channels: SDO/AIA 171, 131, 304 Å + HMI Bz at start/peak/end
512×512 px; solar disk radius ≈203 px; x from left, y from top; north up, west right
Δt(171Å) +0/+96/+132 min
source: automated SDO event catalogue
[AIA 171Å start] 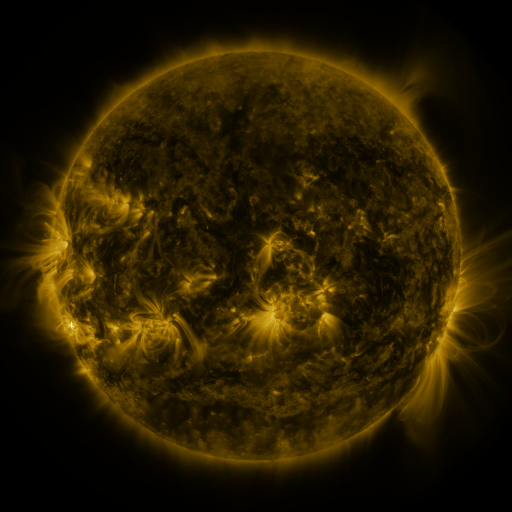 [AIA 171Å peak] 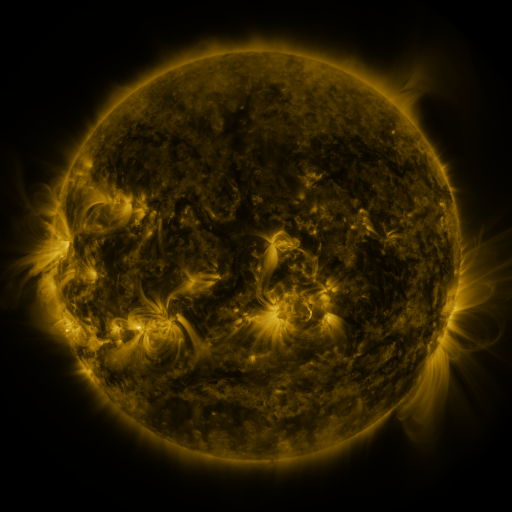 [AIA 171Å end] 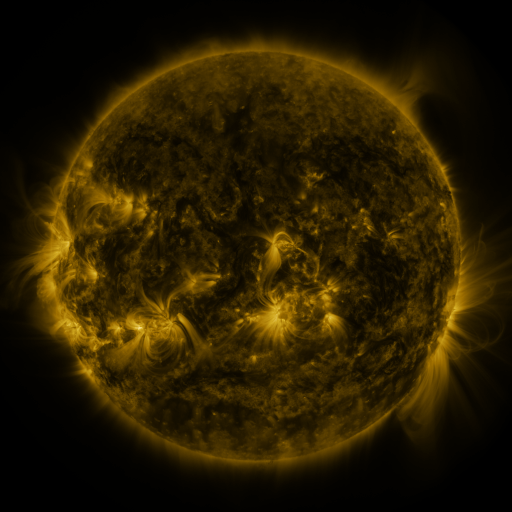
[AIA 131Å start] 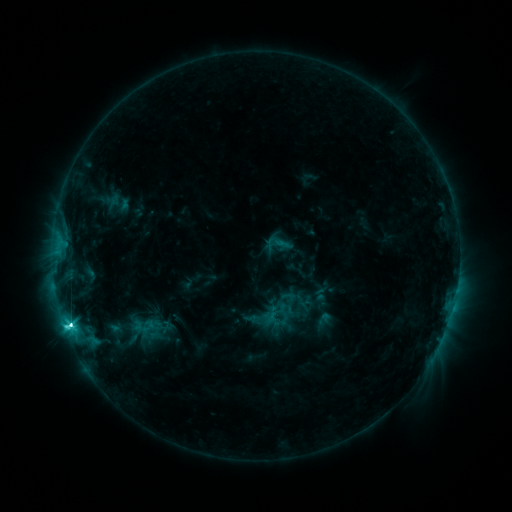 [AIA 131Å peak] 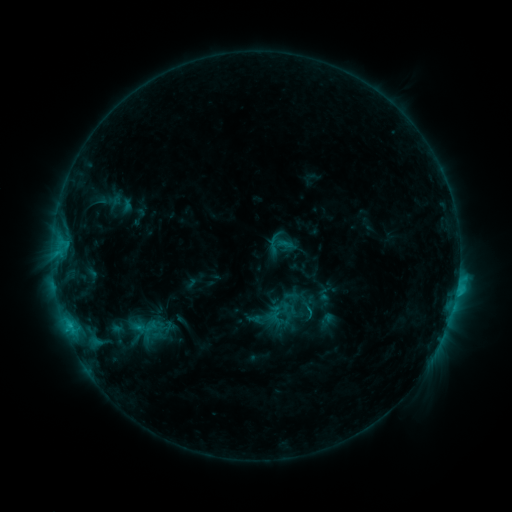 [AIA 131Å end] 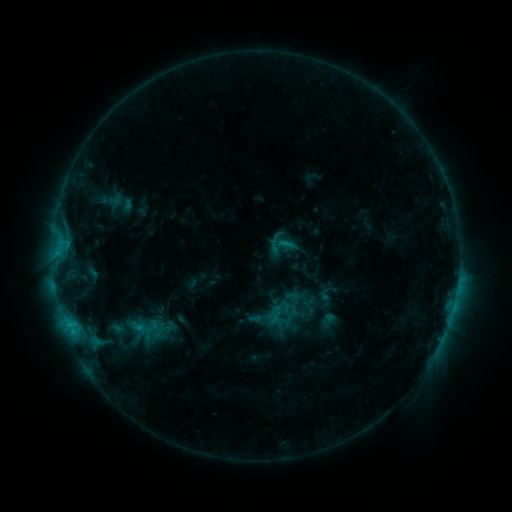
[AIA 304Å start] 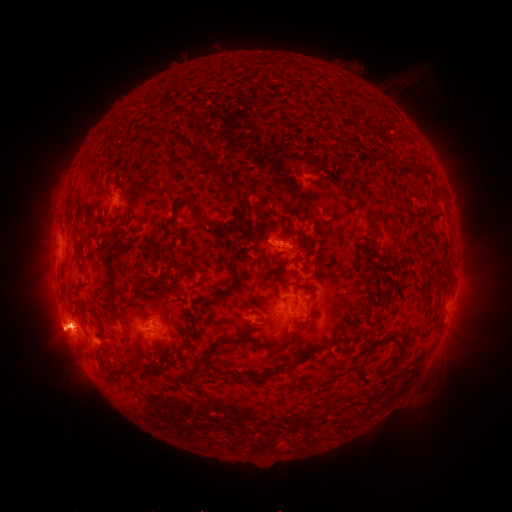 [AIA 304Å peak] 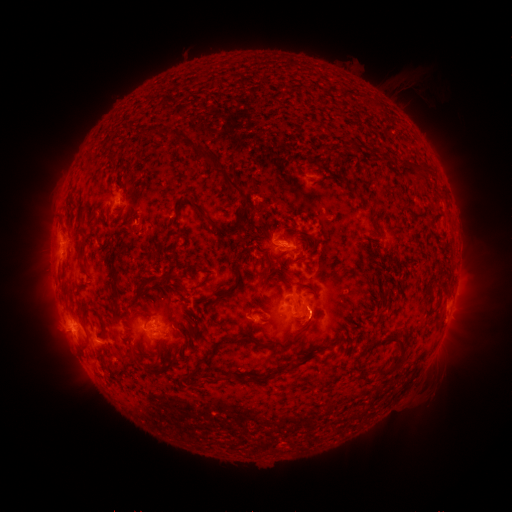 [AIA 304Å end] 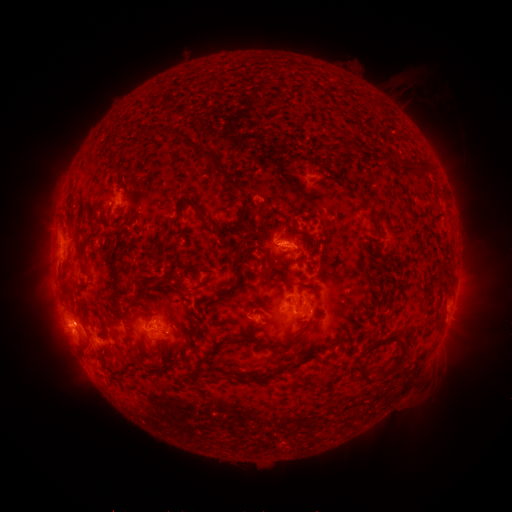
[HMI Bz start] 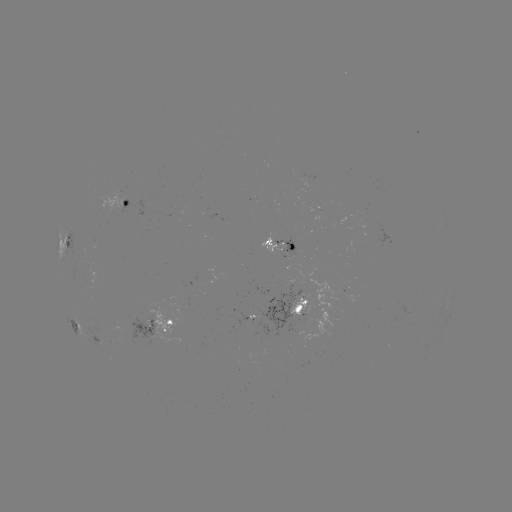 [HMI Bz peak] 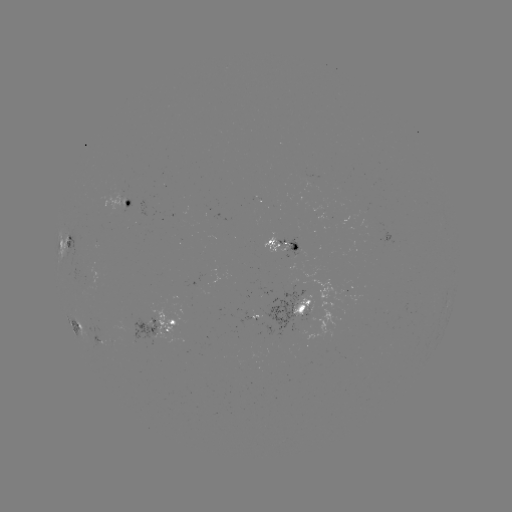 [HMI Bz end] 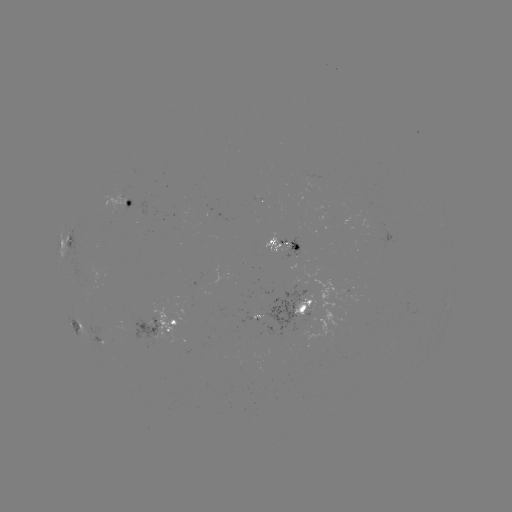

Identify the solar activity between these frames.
emerging-flux region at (373, 223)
